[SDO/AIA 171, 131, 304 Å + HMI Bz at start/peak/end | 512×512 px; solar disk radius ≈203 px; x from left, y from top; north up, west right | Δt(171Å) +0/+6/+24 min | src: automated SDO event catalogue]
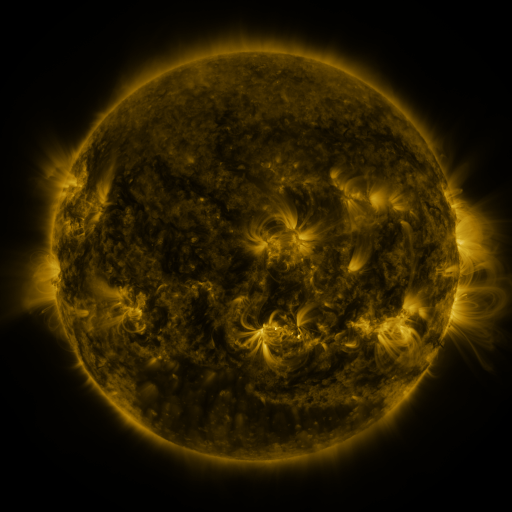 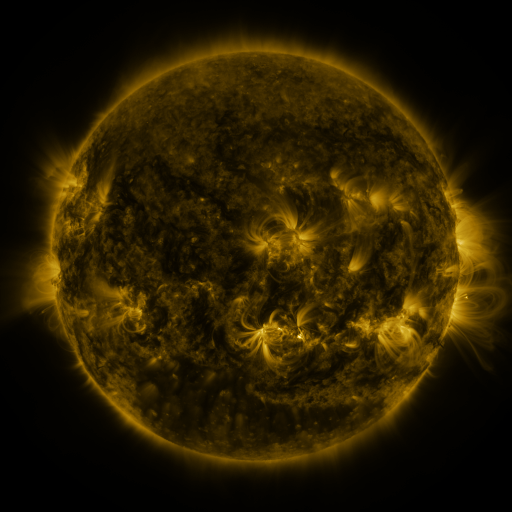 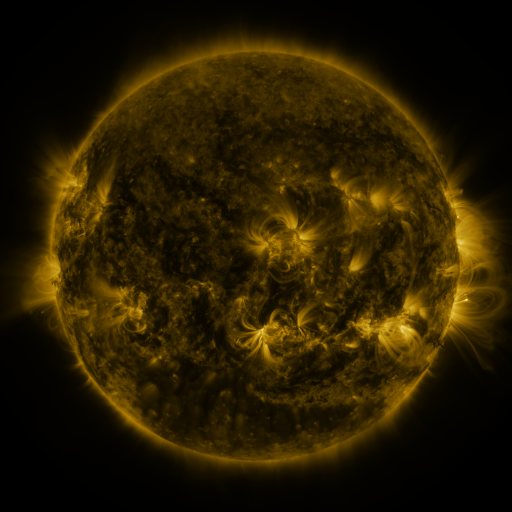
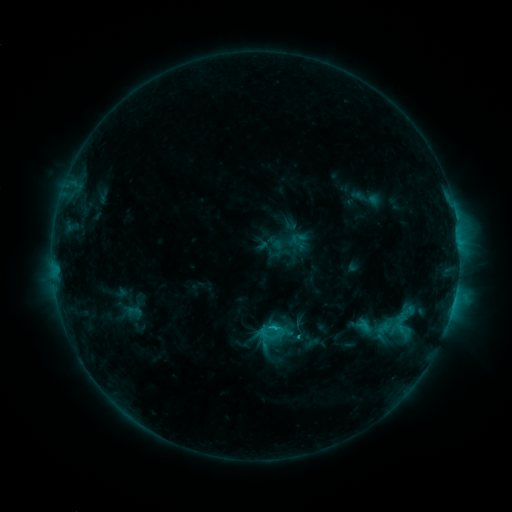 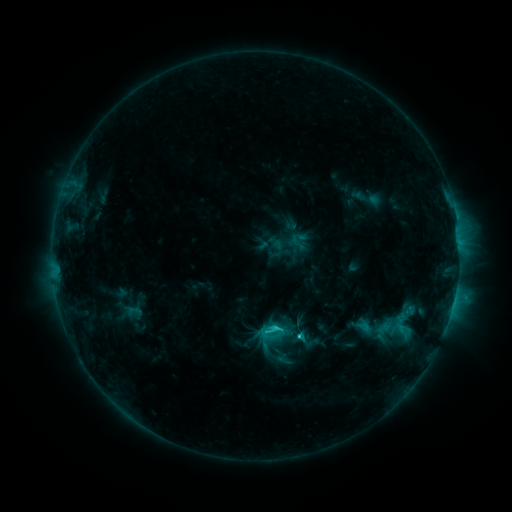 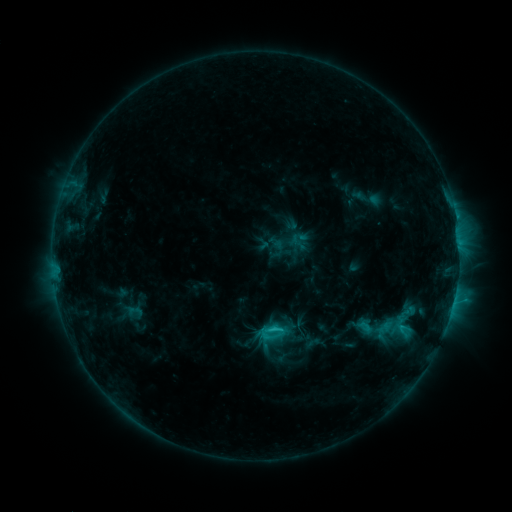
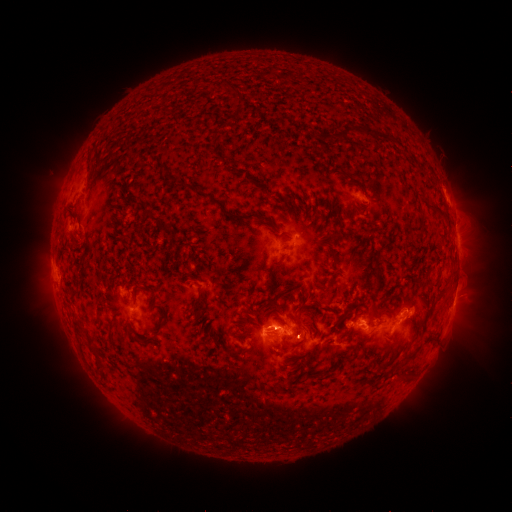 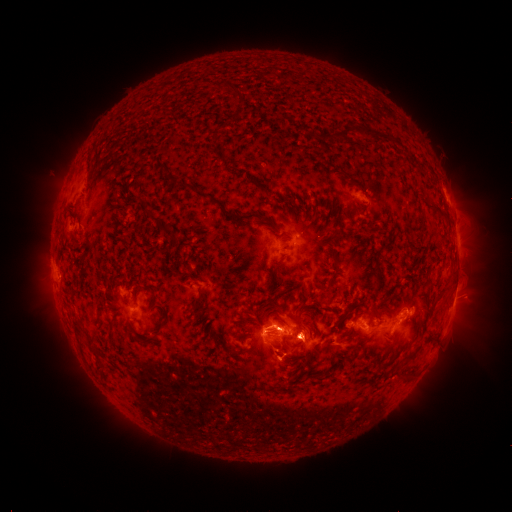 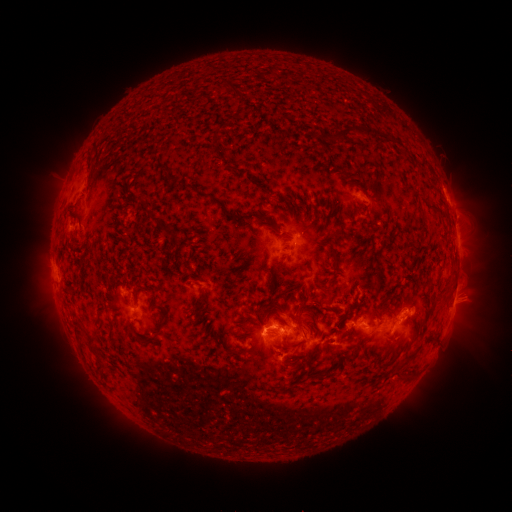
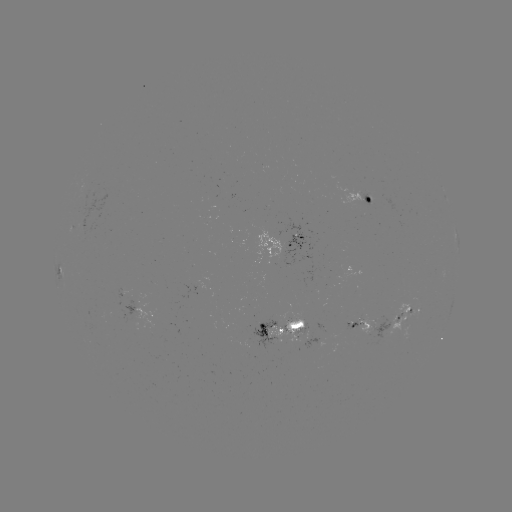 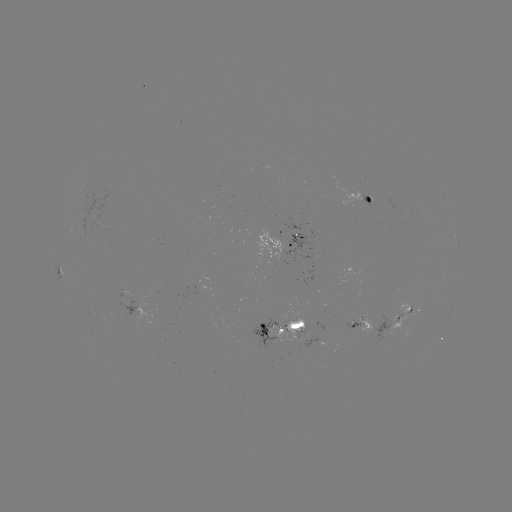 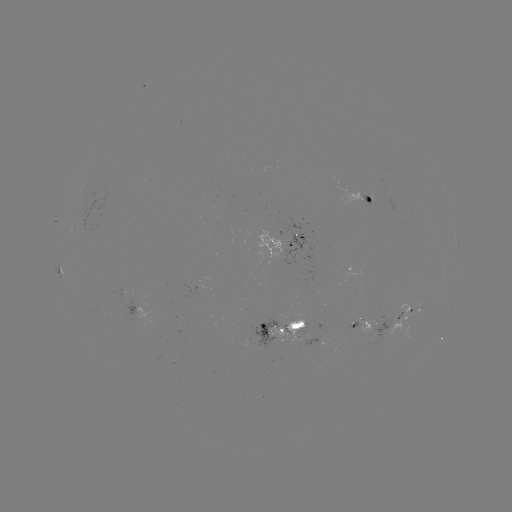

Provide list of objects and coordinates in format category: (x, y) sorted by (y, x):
C3.0 flare: (298, 334)
